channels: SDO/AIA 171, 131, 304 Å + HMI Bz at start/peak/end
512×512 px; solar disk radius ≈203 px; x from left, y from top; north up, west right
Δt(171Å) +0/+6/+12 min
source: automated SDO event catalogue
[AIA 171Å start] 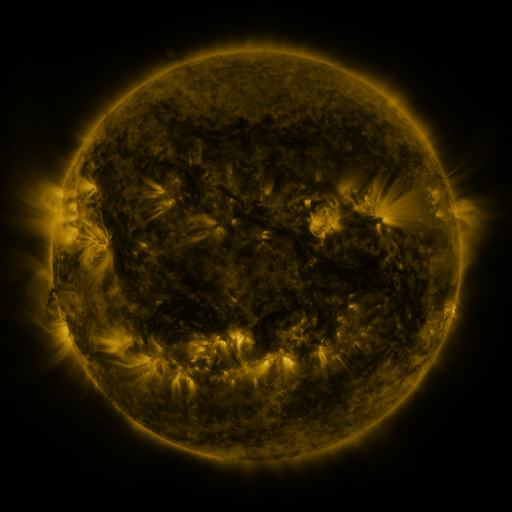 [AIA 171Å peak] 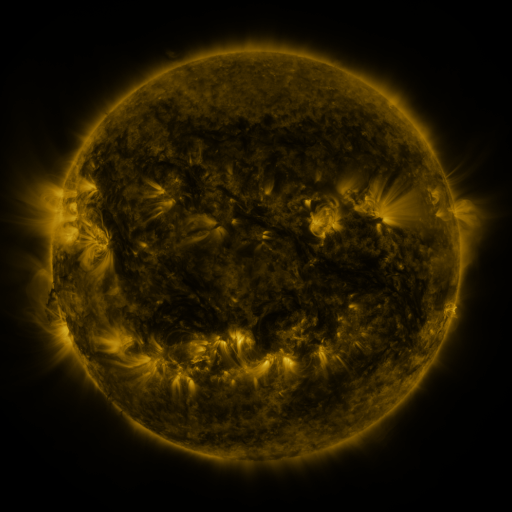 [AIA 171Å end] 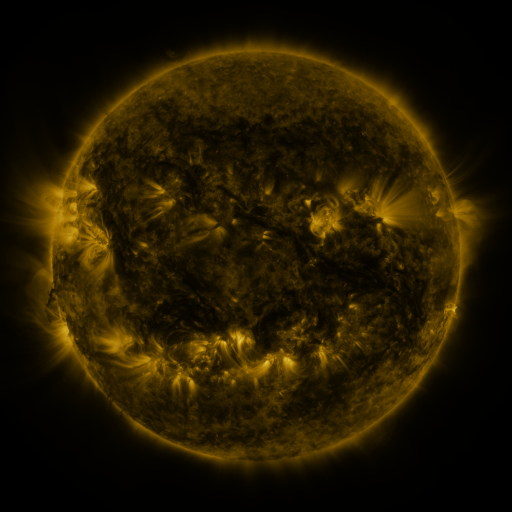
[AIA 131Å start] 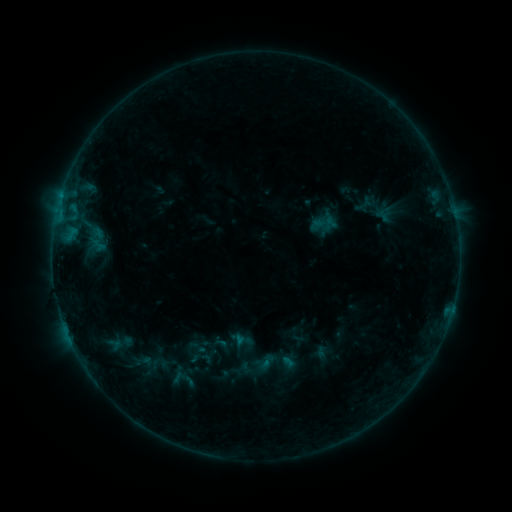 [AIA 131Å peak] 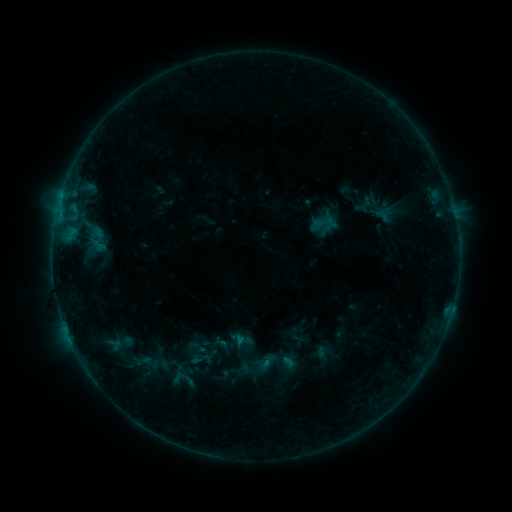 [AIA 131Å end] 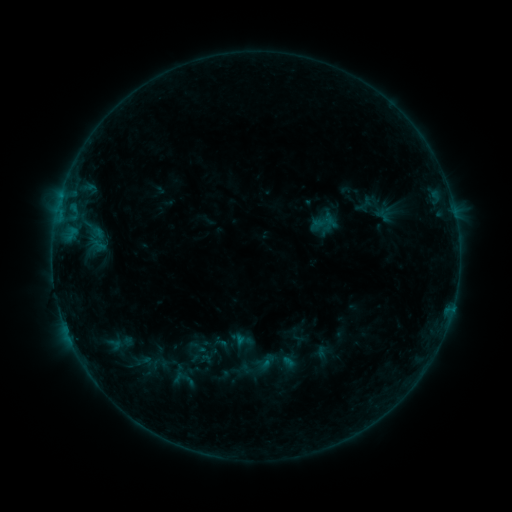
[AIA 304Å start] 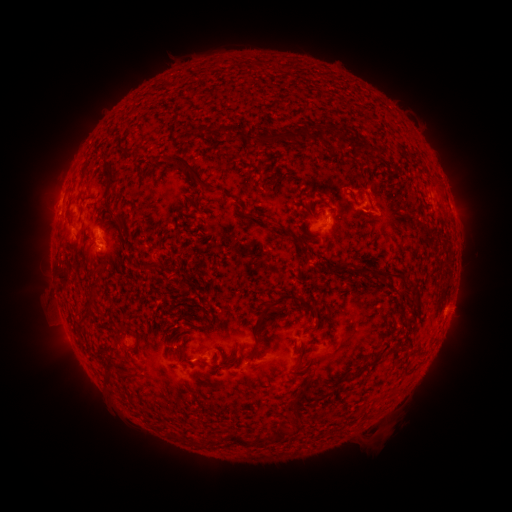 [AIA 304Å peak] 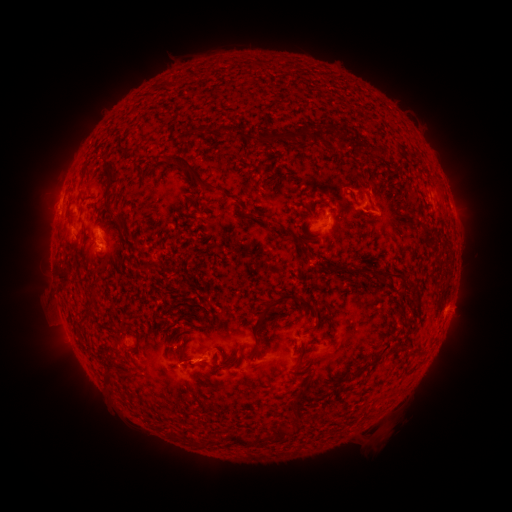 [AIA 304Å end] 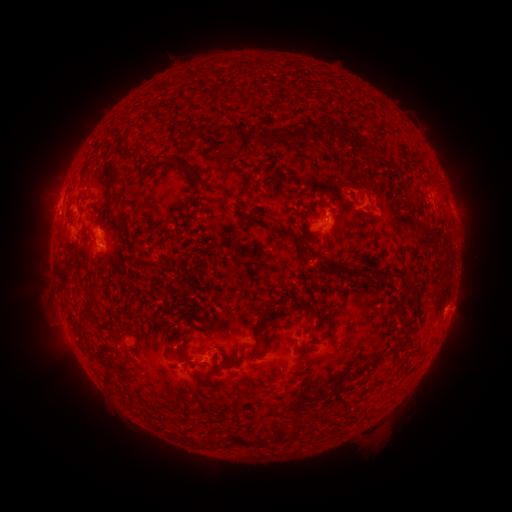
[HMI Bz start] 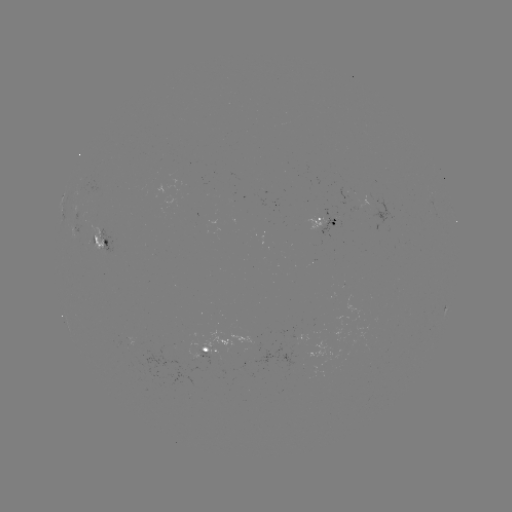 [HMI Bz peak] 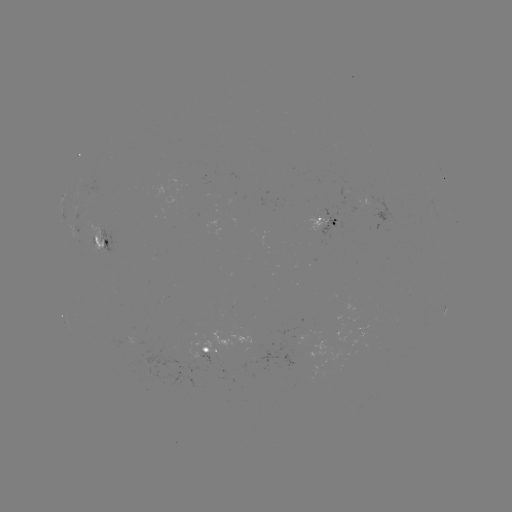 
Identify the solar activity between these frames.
eruption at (202, 366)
